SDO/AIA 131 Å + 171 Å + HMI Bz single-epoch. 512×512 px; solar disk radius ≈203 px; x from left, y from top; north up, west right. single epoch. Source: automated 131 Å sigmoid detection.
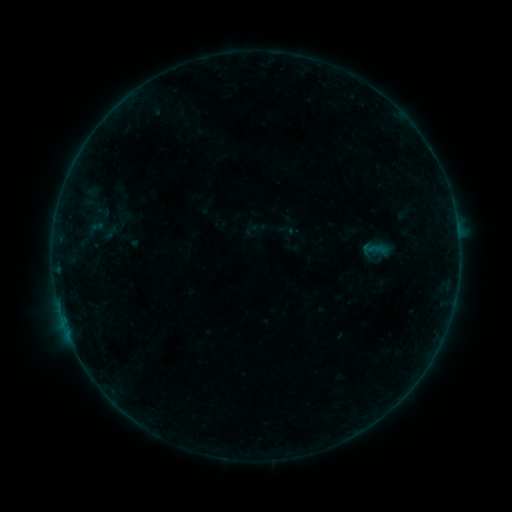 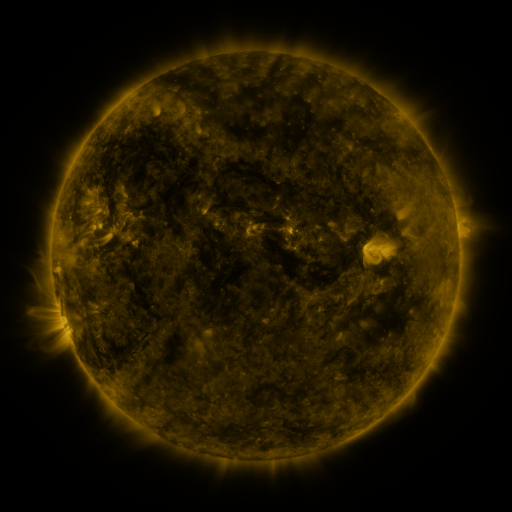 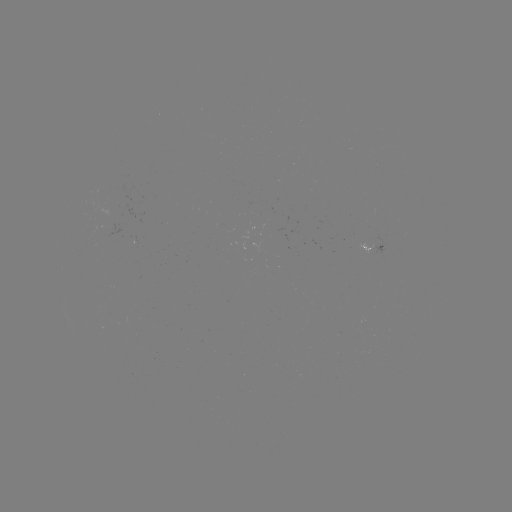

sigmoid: (244, 222, 260, 238)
